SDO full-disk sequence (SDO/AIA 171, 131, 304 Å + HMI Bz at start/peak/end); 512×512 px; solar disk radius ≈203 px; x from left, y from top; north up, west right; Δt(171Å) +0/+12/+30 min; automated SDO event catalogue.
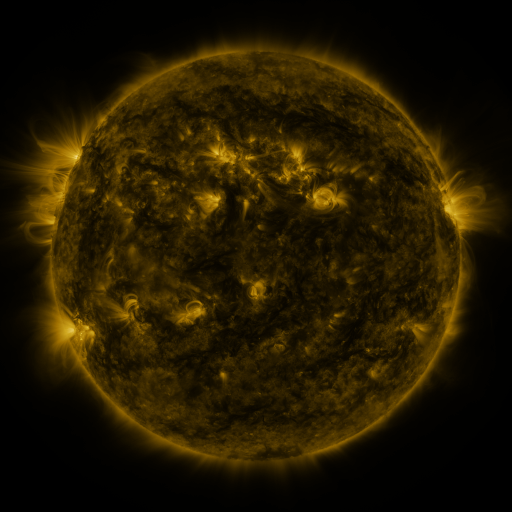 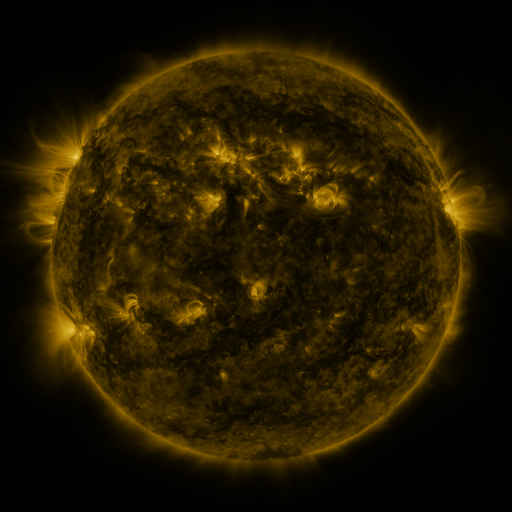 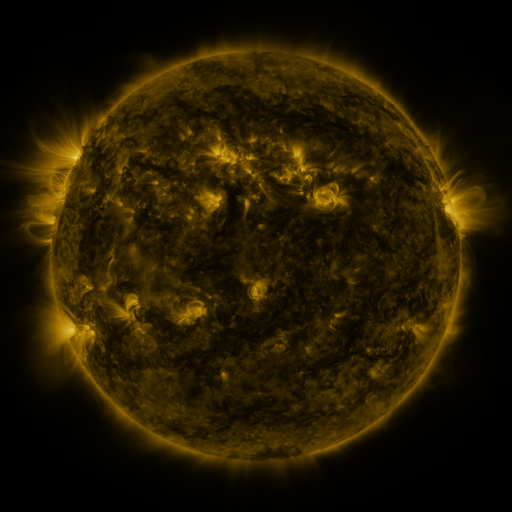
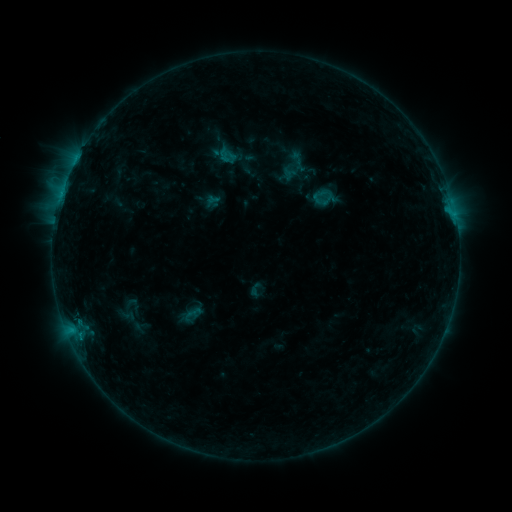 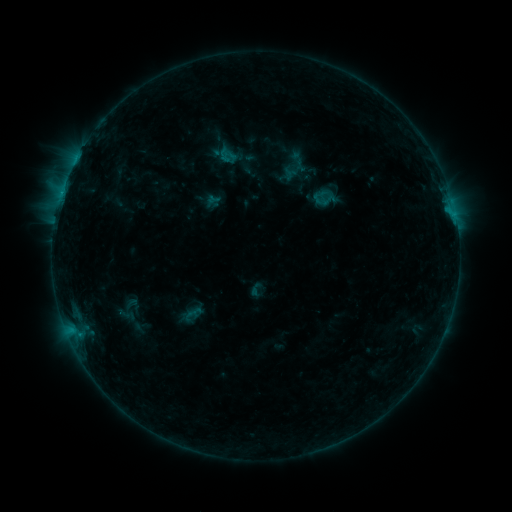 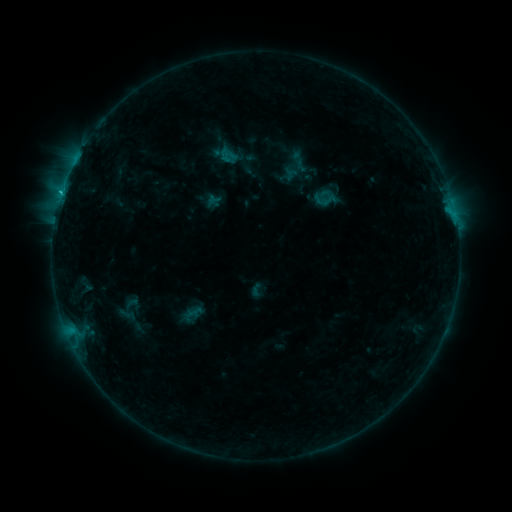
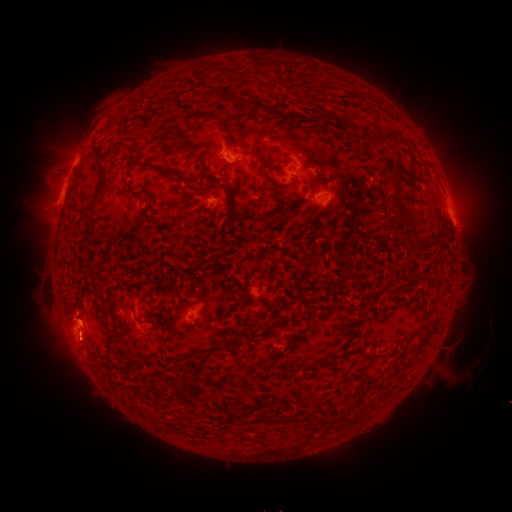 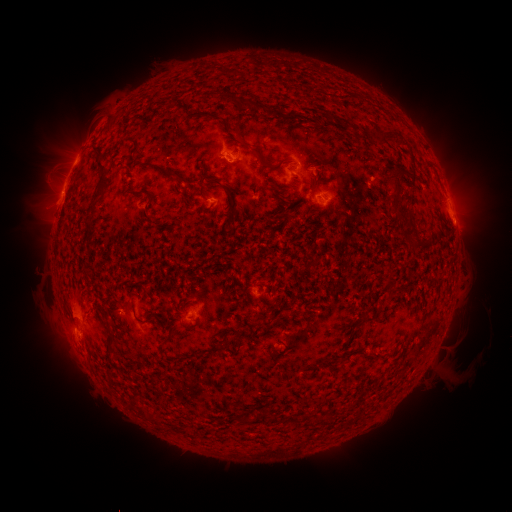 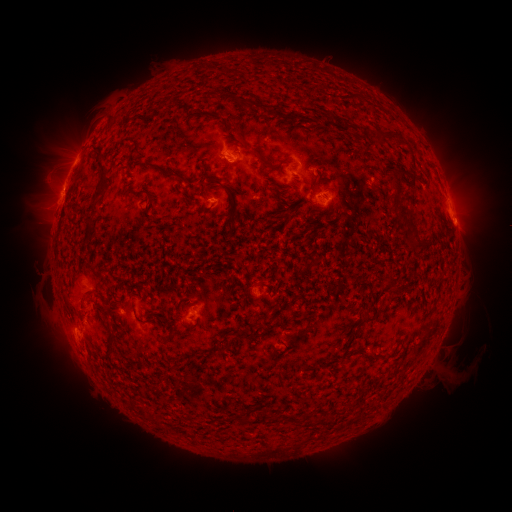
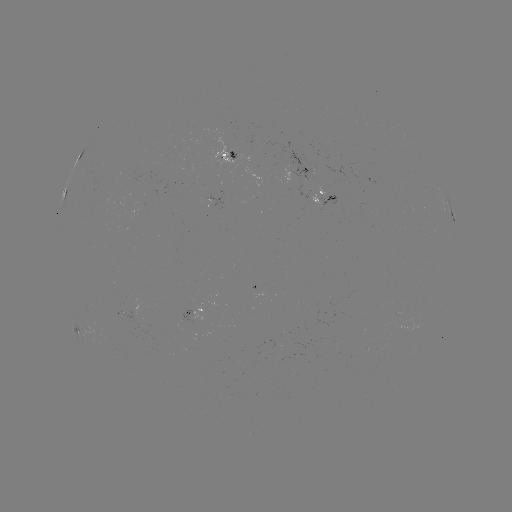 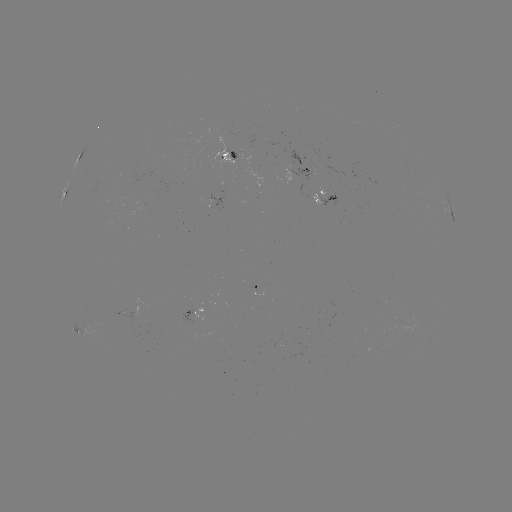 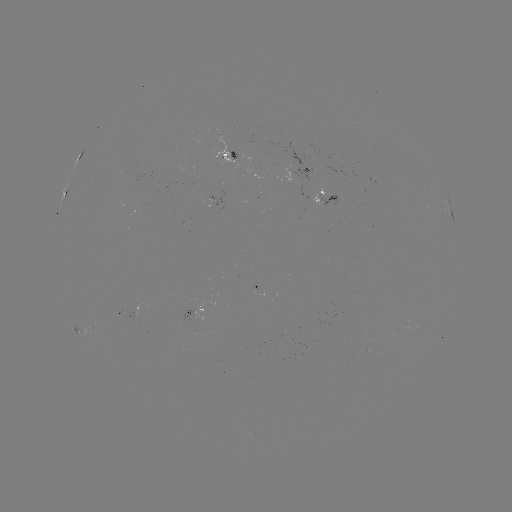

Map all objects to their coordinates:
eruption: (74, 310)
